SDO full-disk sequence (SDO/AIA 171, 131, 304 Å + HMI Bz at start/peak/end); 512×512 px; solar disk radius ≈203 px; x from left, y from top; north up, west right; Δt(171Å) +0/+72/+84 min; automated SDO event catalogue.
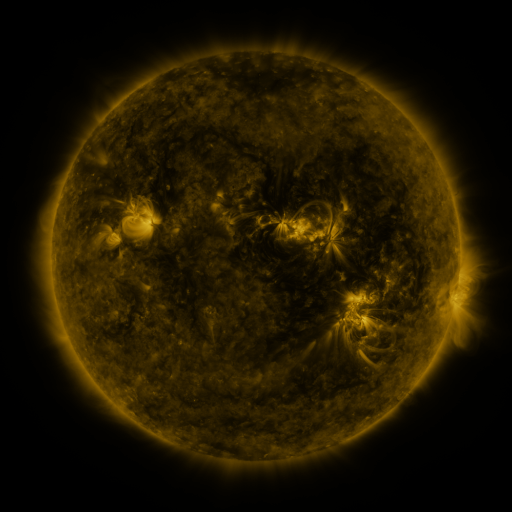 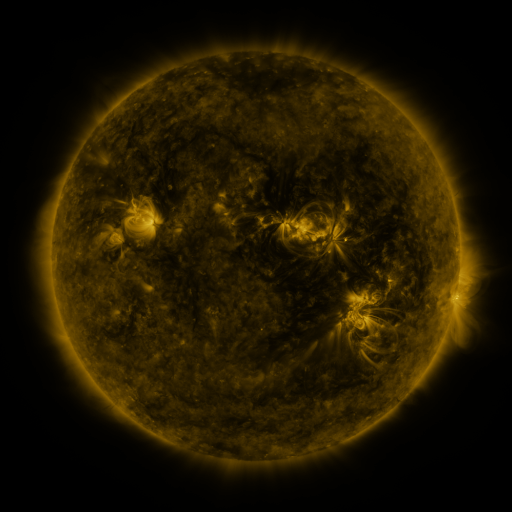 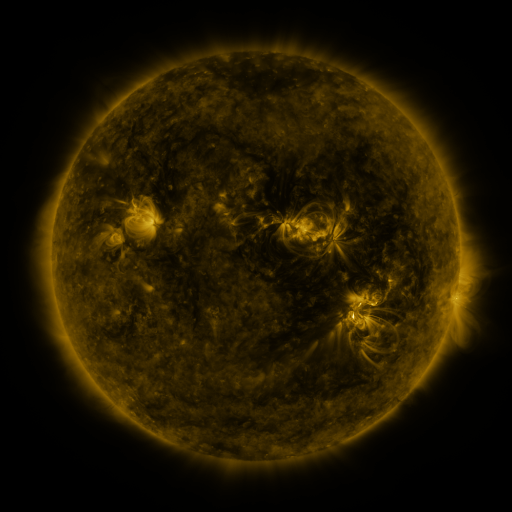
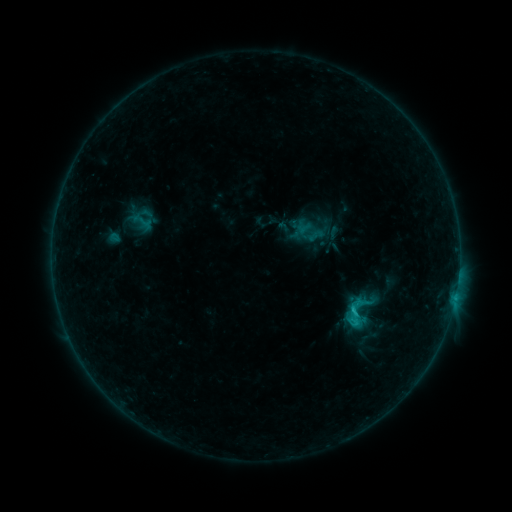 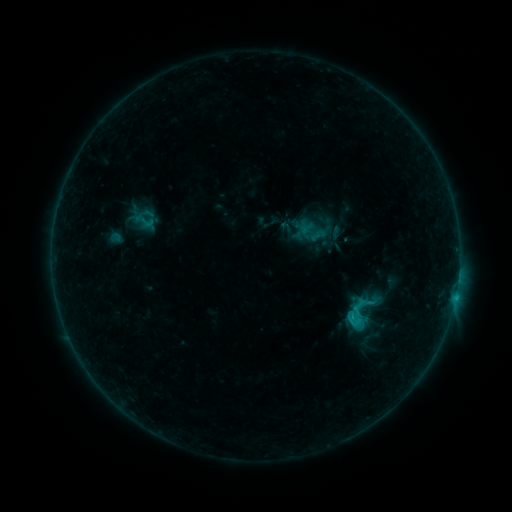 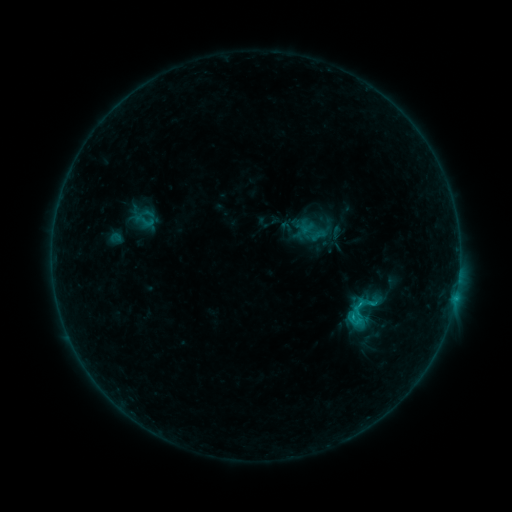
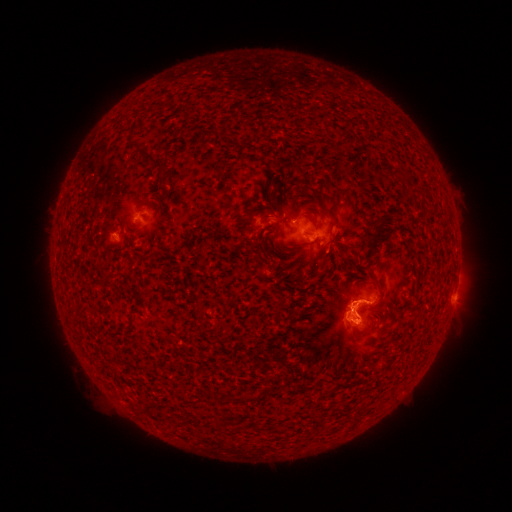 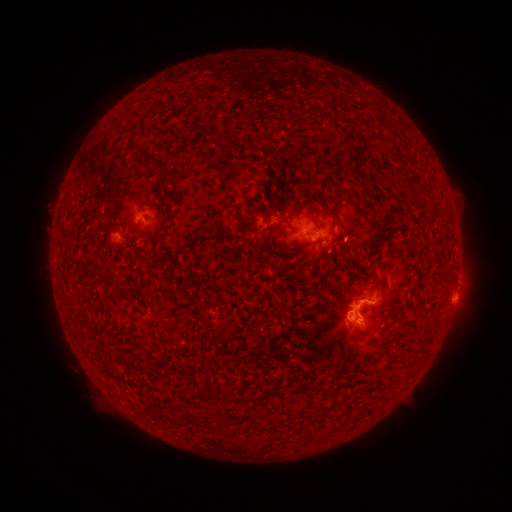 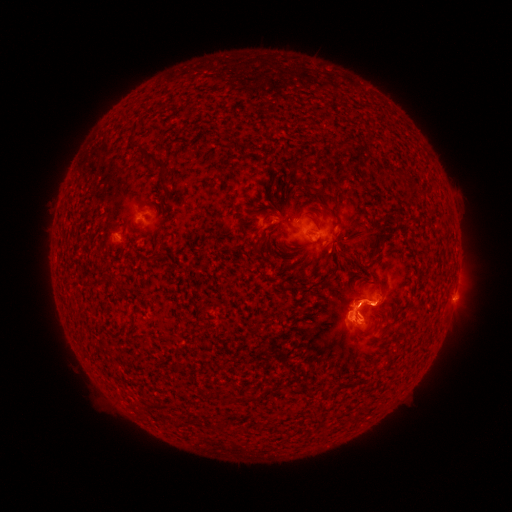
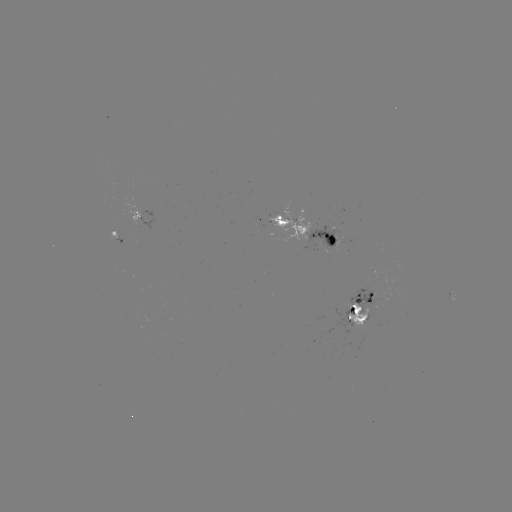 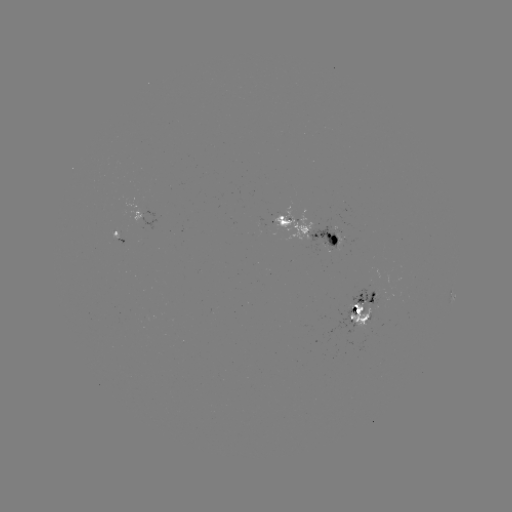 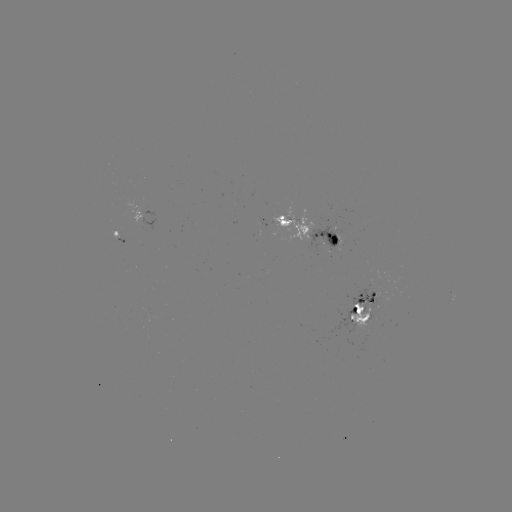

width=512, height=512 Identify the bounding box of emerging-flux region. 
[353, 269, 378, 311].